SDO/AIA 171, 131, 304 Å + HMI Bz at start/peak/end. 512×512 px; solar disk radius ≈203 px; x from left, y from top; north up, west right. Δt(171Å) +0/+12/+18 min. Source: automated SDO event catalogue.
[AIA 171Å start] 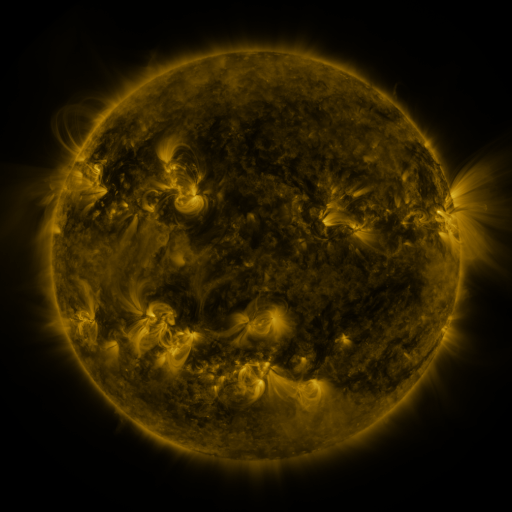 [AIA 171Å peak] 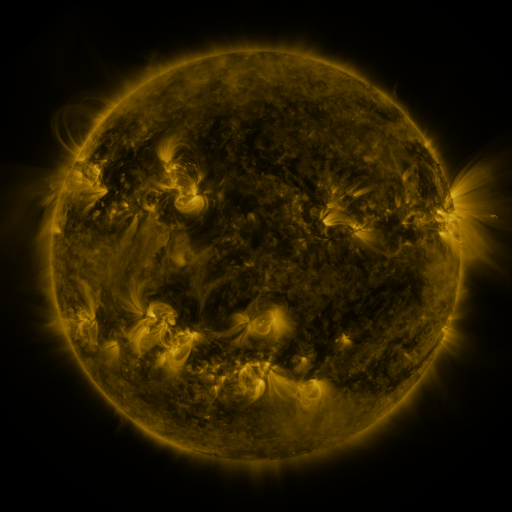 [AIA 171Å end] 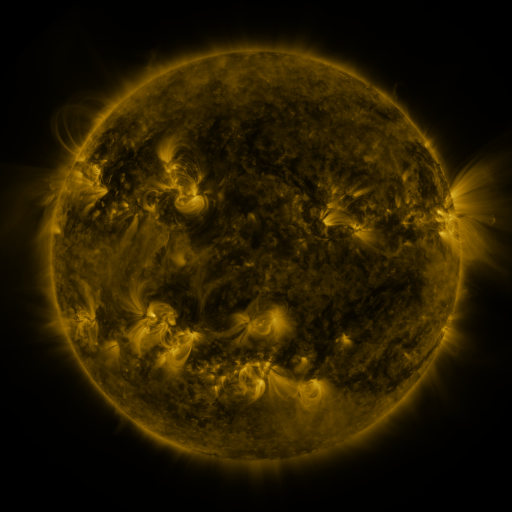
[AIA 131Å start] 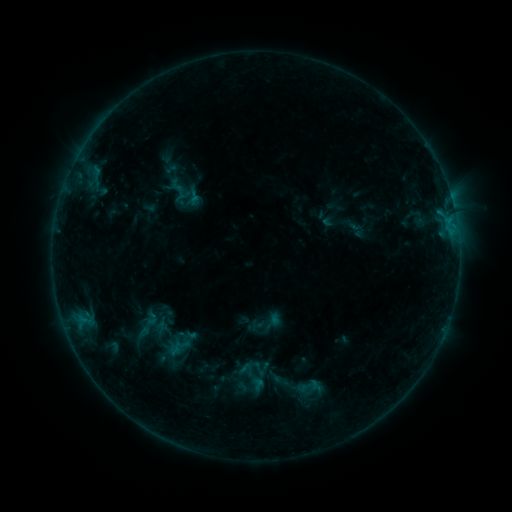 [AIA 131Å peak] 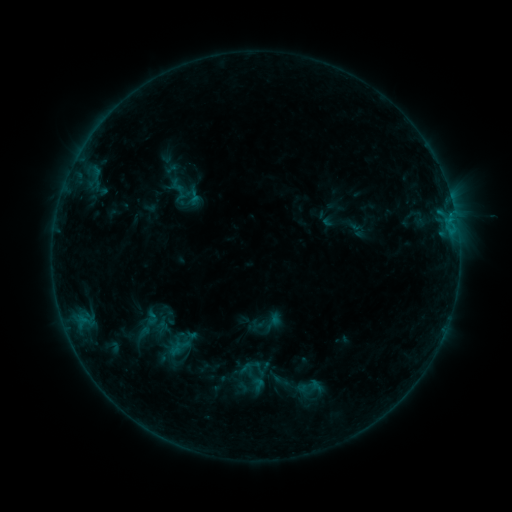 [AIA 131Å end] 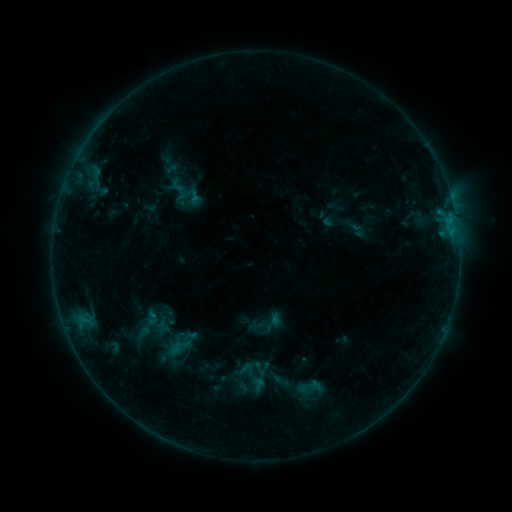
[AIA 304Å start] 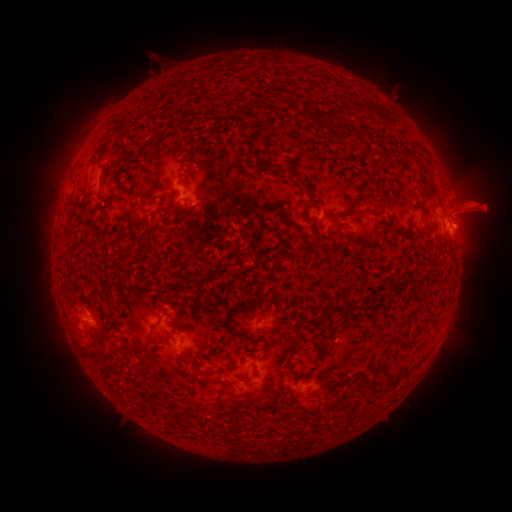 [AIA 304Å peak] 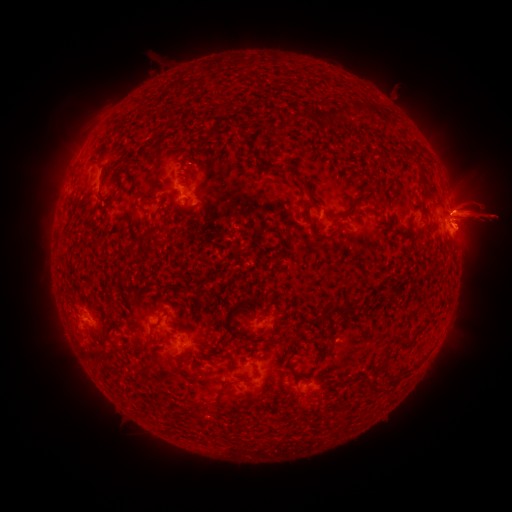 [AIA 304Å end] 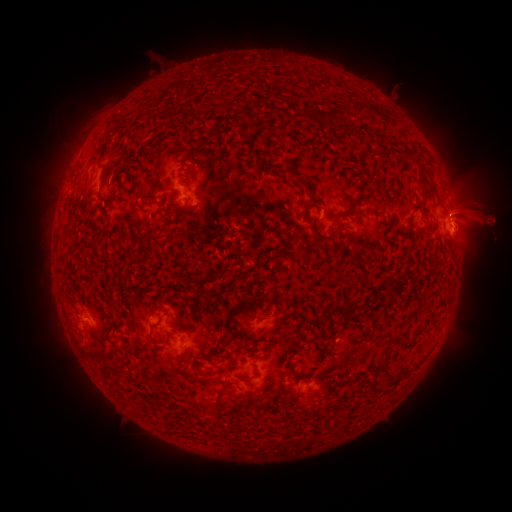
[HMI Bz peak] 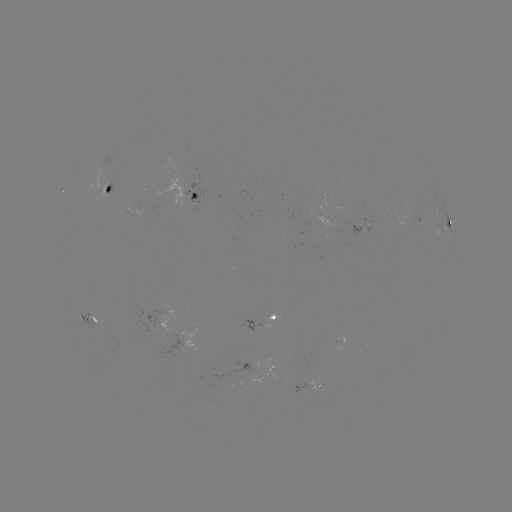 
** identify eruption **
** (481, 215) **